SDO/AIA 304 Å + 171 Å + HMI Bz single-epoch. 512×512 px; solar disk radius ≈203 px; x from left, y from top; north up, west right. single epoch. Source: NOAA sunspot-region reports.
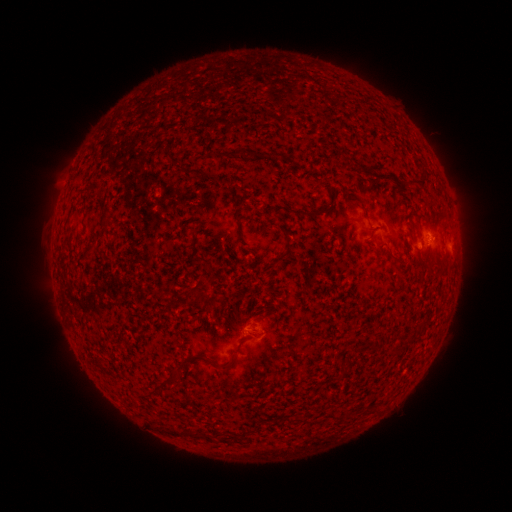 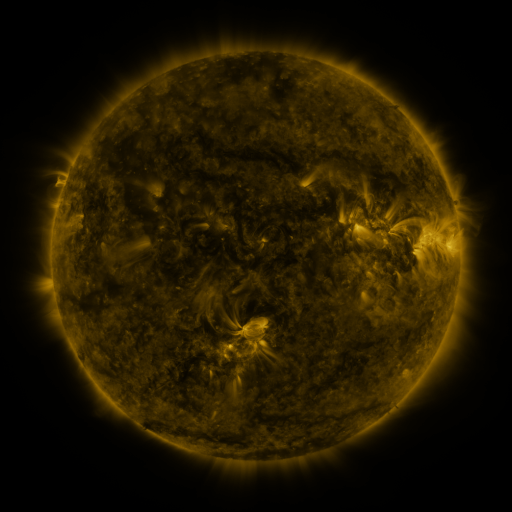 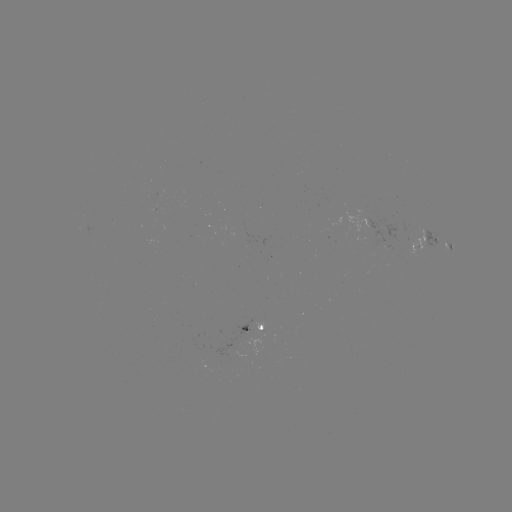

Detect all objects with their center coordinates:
spotted active region: (428, 236)
spotted active region: (449, 245)
spotted active region: (256, 325)
